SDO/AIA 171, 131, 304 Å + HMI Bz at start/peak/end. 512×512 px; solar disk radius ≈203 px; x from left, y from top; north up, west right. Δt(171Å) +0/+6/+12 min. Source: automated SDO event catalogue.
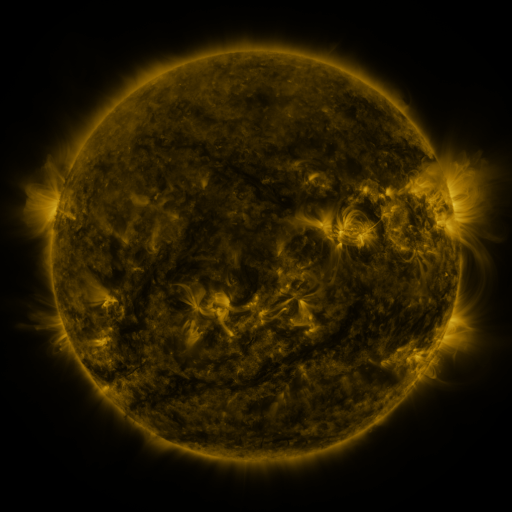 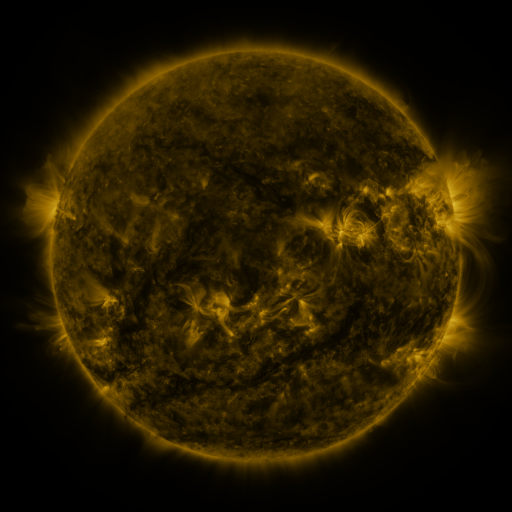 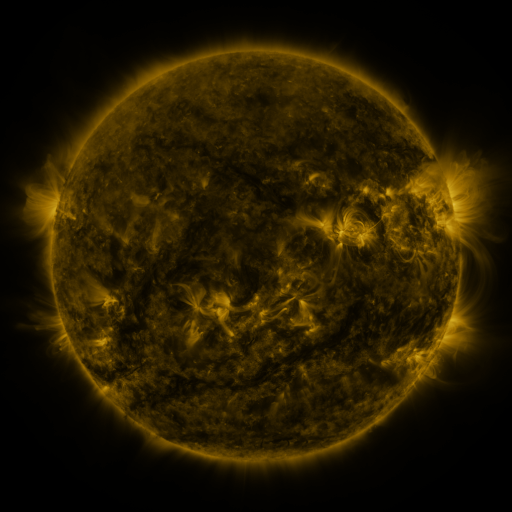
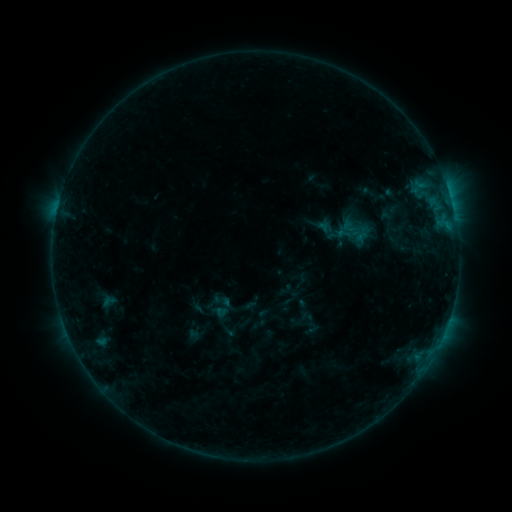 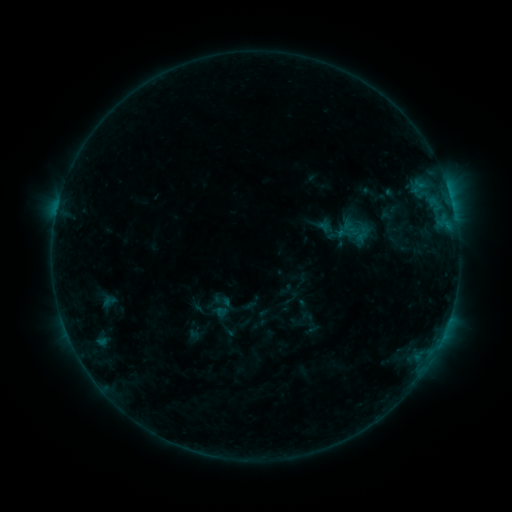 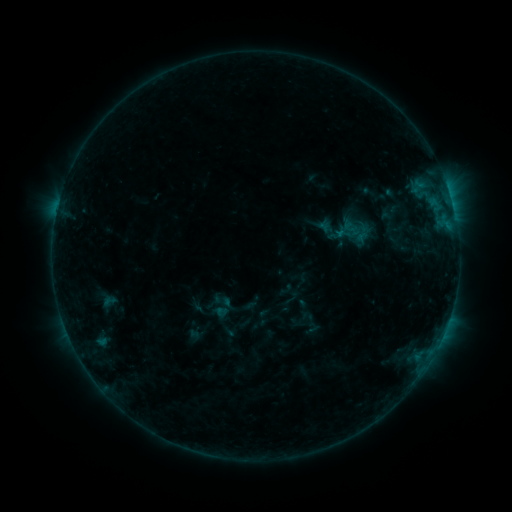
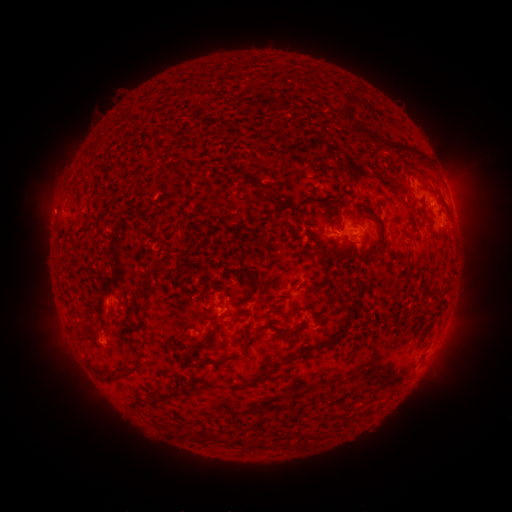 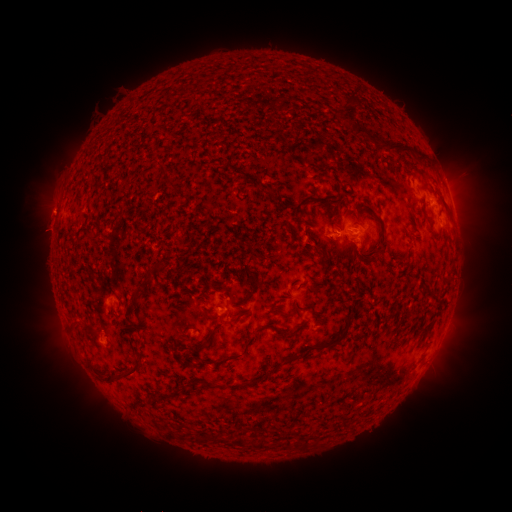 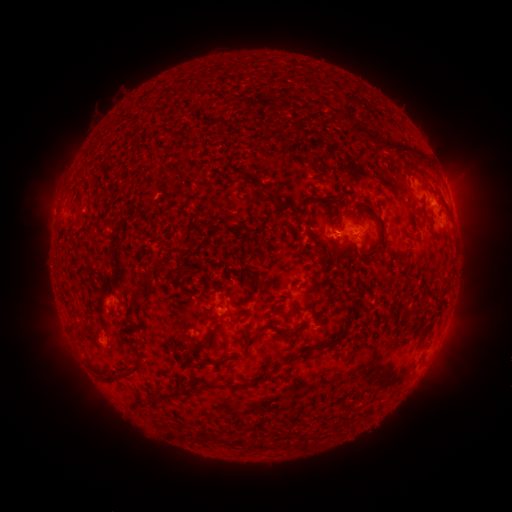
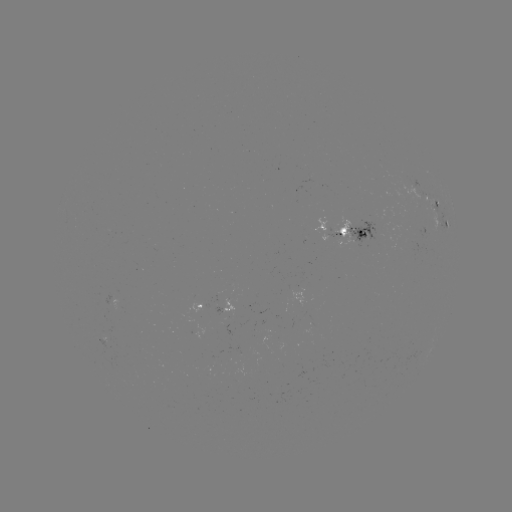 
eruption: <bbox>21, 180, 74, 257</bbox>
